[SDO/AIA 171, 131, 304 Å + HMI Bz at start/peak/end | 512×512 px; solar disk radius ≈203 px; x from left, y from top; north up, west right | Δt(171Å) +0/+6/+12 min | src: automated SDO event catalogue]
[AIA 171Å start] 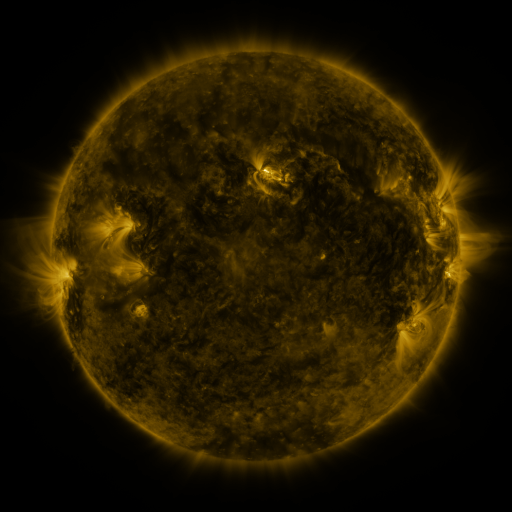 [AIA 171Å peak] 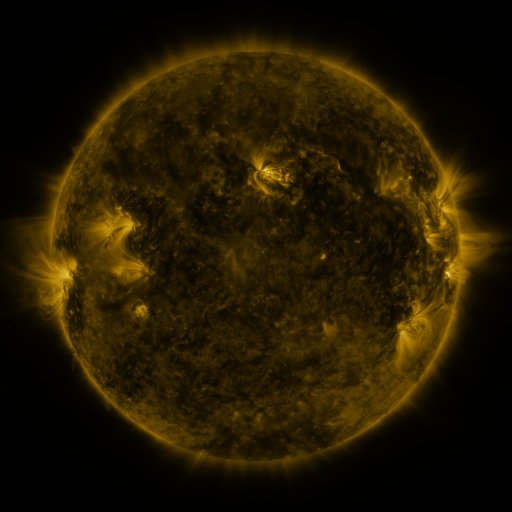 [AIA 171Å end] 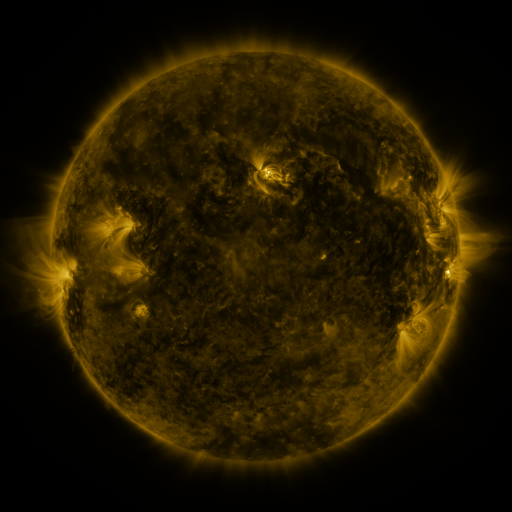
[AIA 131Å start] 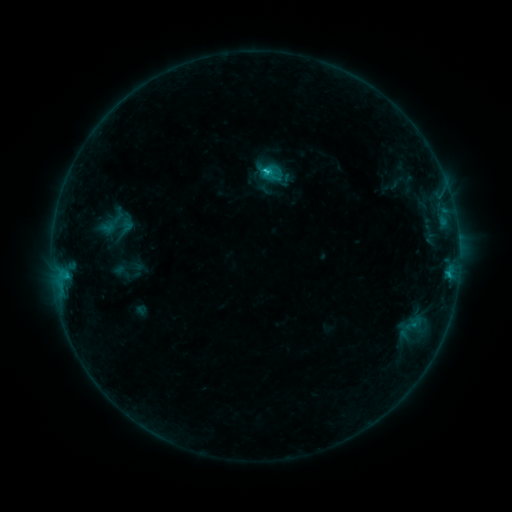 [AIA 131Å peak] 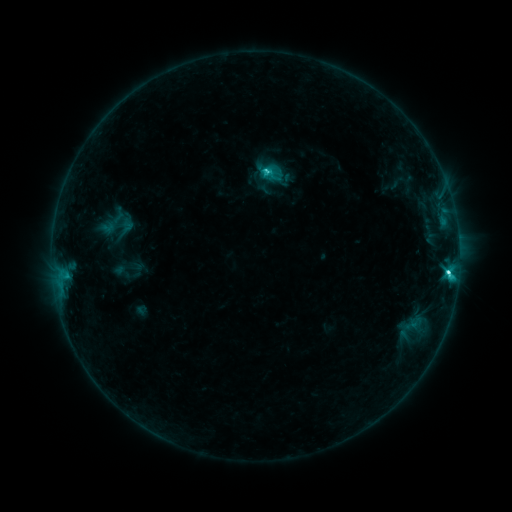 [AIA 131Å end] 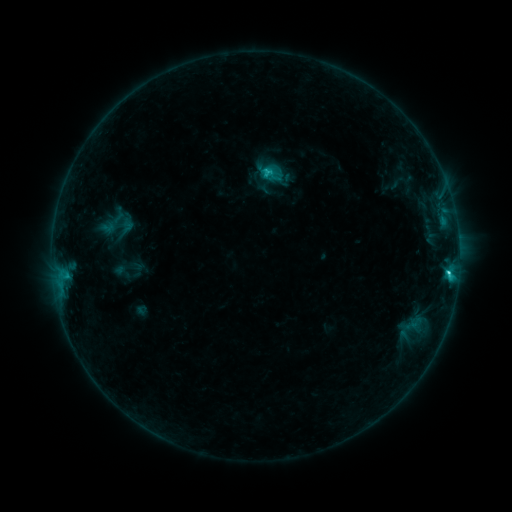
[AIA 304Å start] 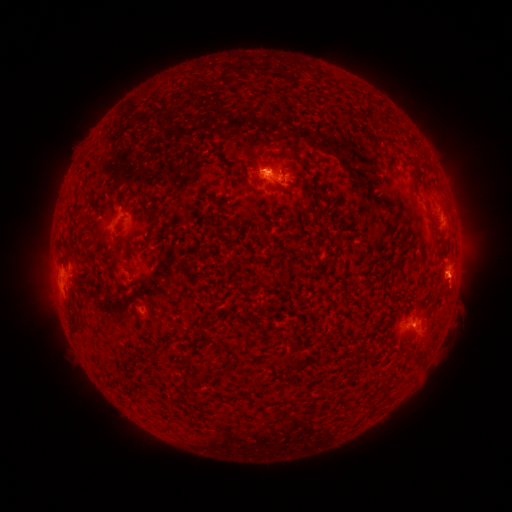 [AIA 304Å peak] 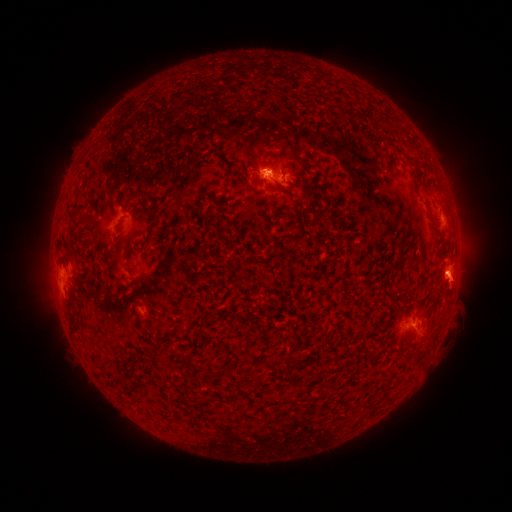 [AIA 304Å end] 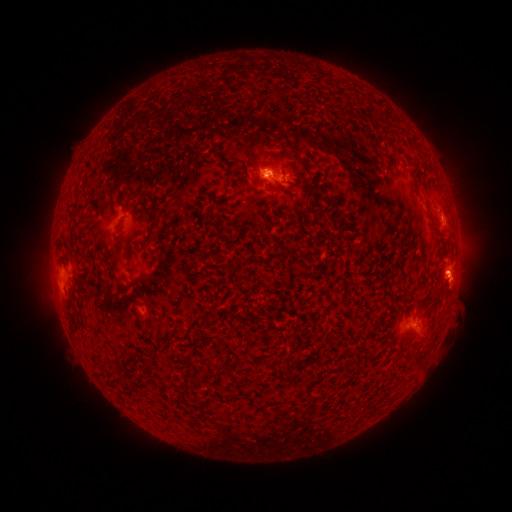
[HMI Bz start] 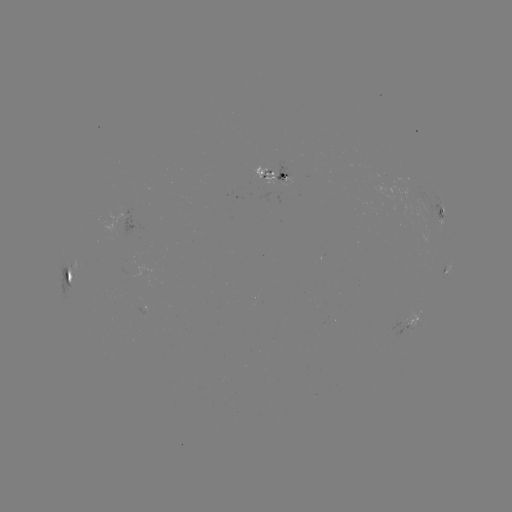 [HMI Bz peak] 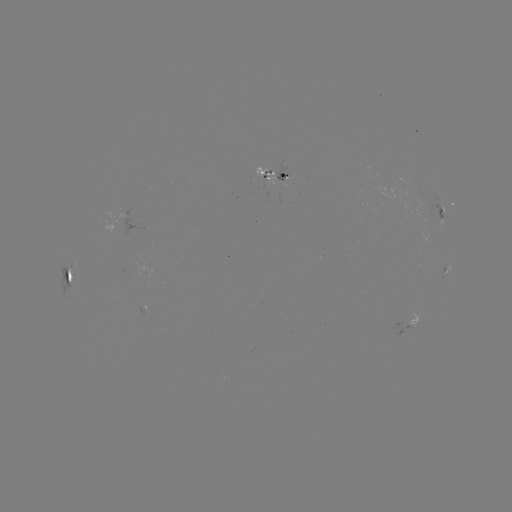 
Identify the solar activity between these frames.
C2.9 flare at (447, 270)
